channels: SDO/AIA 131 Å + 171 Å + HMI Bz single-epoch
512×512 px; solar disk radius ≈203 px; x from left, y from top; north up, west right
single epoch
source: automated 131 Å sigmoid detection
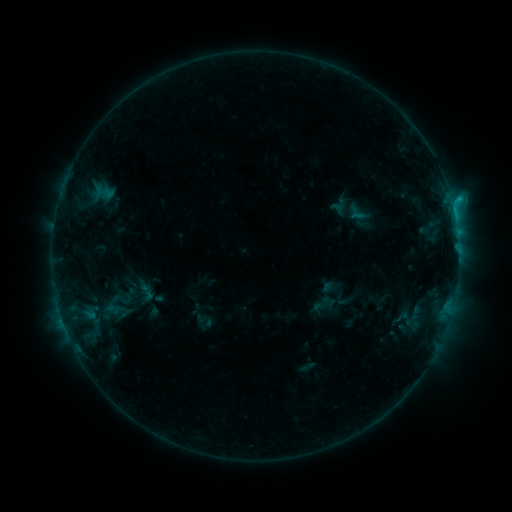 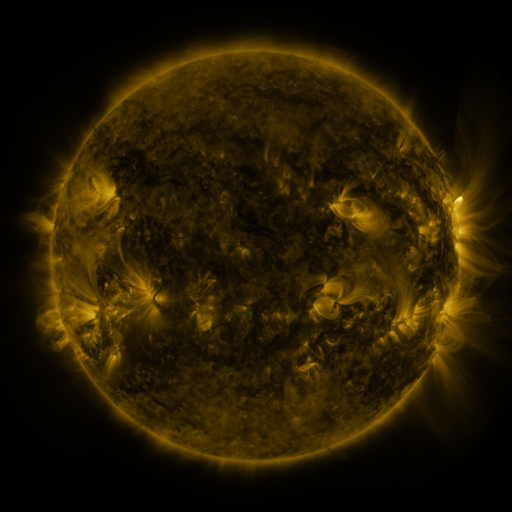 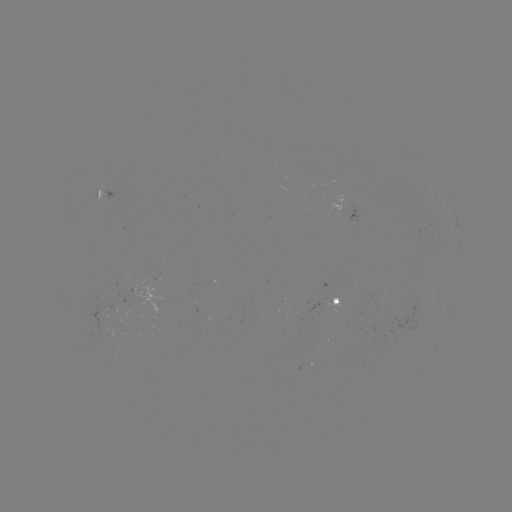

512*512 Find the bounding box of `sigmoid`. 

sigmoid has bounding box [108, 288, 135, 310].